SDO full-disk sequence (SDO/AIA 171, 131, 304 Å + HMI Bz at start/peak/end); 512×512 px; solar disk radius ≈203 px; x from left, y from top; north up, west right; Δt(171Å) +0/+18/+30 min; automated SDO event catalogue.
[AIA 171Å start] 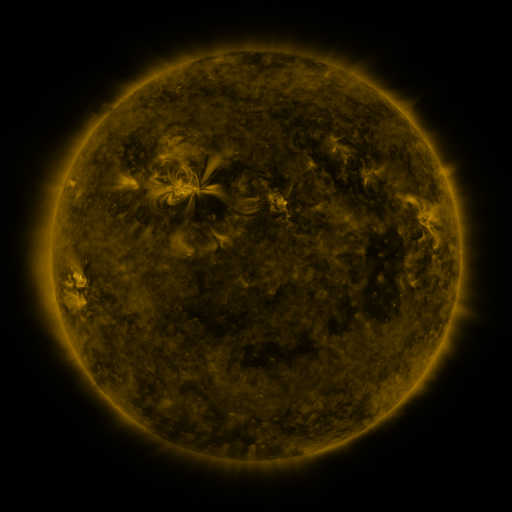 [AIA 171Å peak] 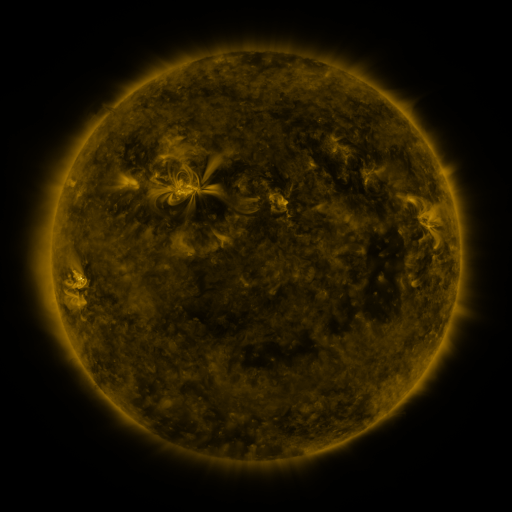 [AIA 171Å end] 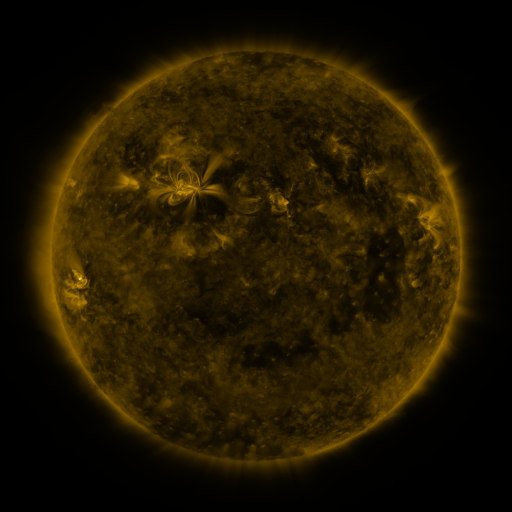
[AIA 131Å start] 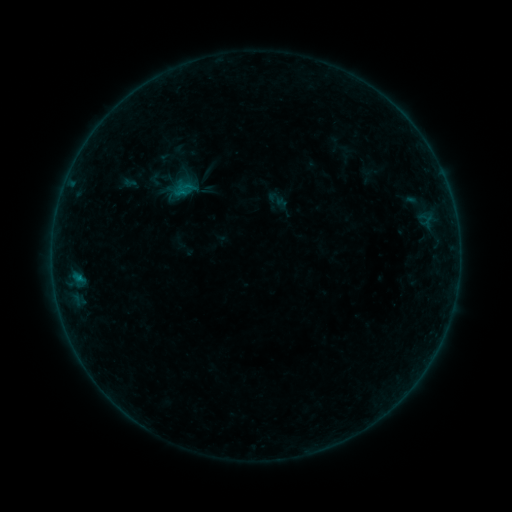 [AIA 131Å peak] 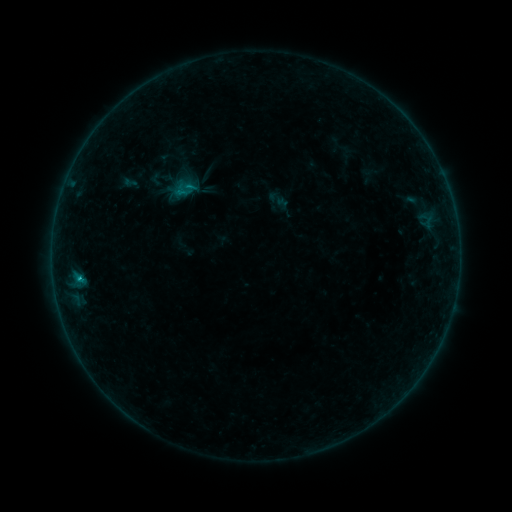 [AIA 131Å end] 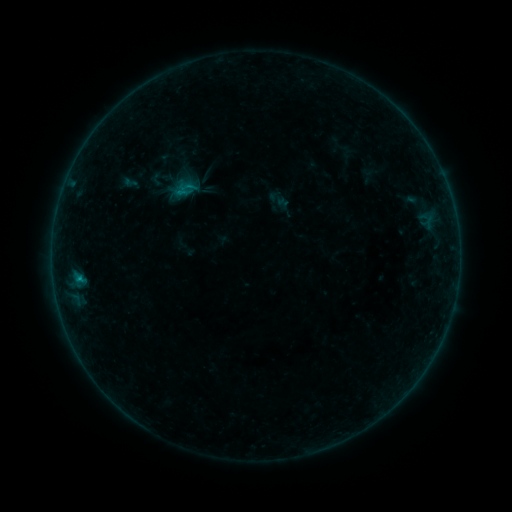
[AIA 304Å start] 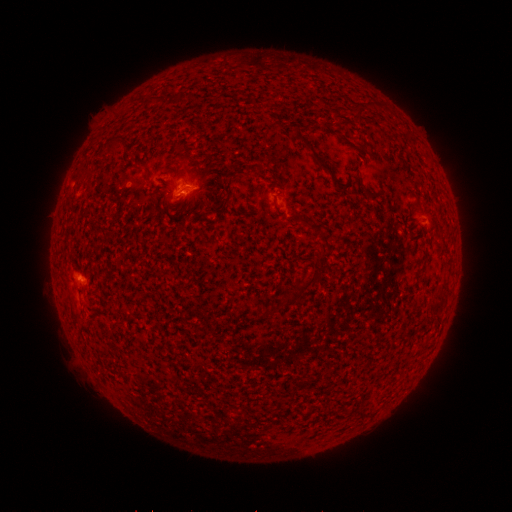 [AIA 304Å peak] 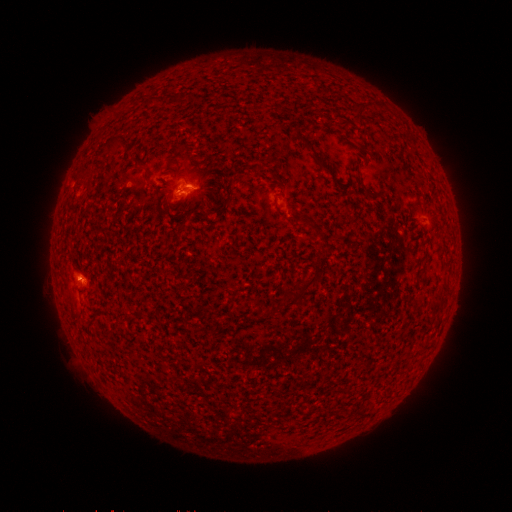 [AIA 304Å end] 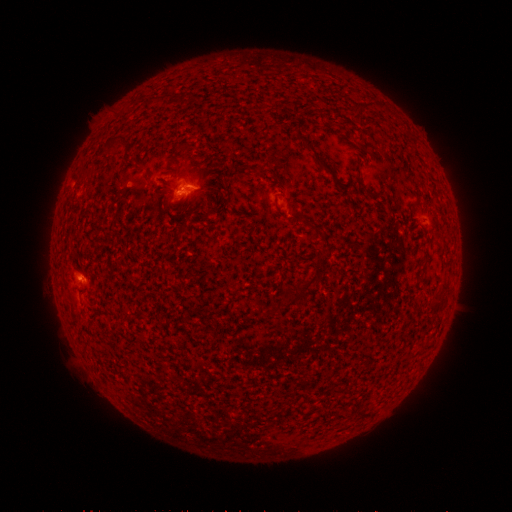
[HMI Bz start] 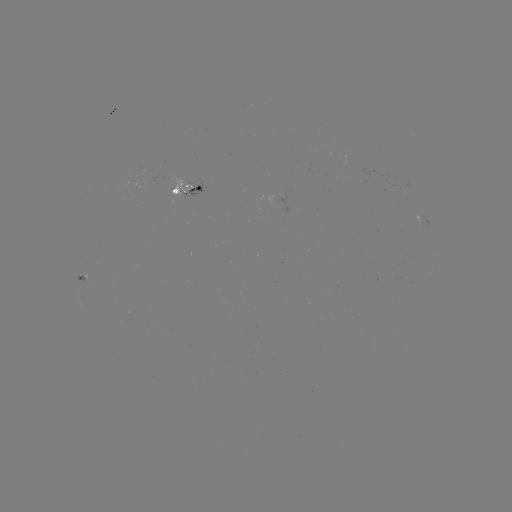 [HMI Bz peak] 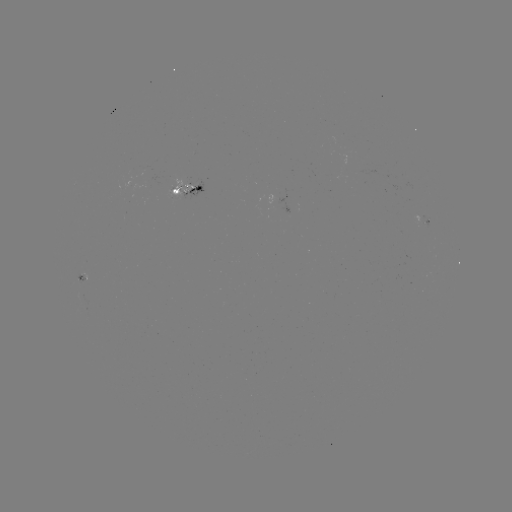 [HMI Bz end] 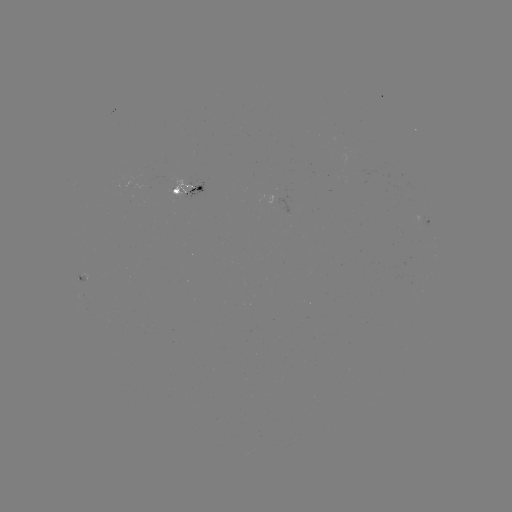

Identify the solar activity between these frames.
B5.5 flare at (80, 276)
